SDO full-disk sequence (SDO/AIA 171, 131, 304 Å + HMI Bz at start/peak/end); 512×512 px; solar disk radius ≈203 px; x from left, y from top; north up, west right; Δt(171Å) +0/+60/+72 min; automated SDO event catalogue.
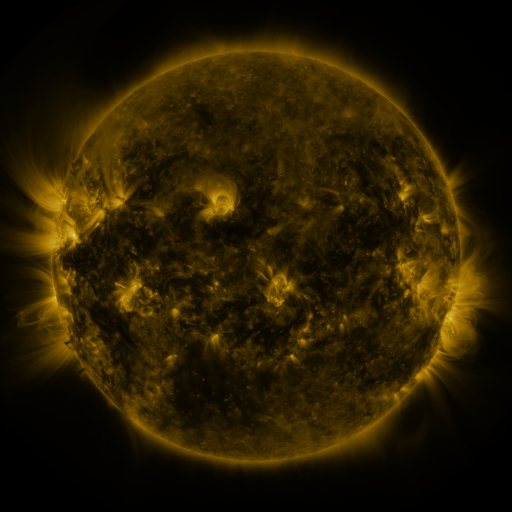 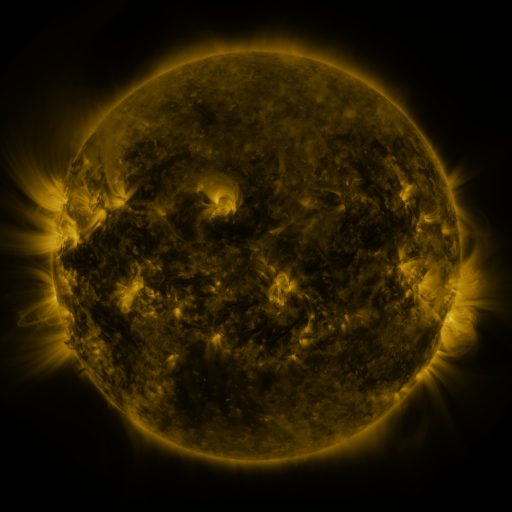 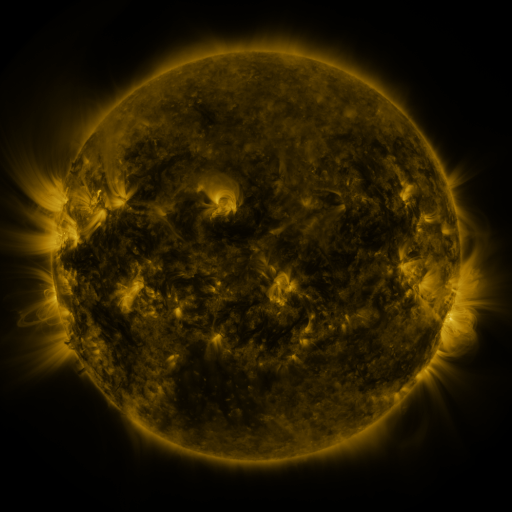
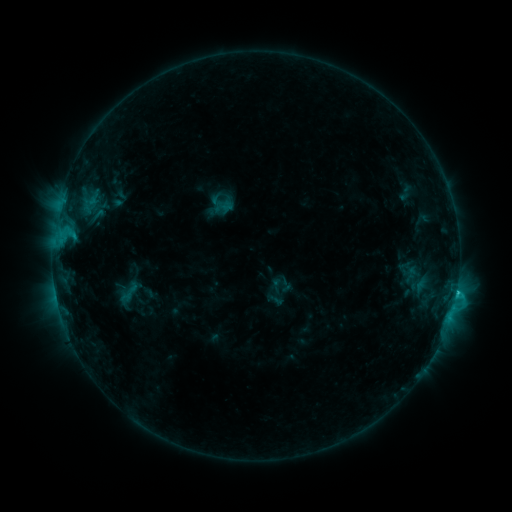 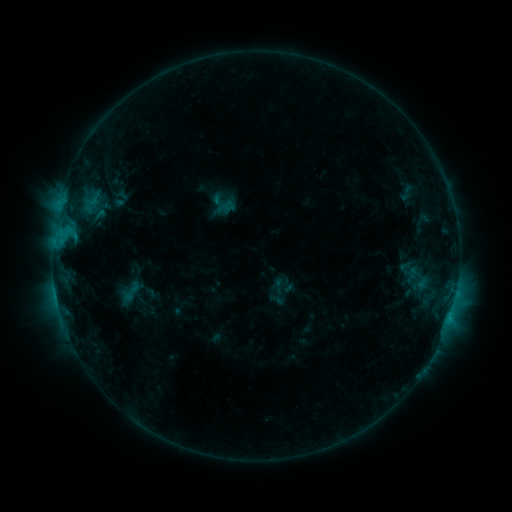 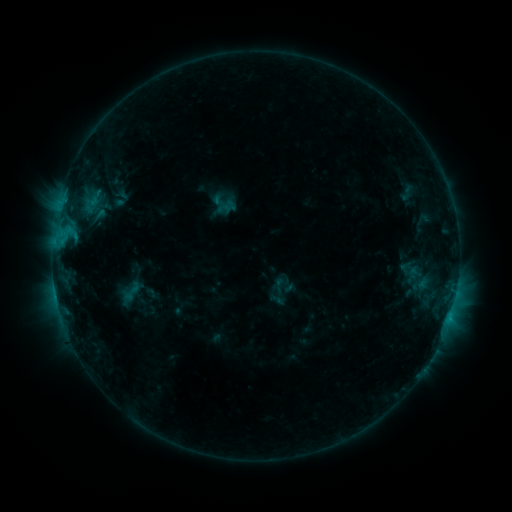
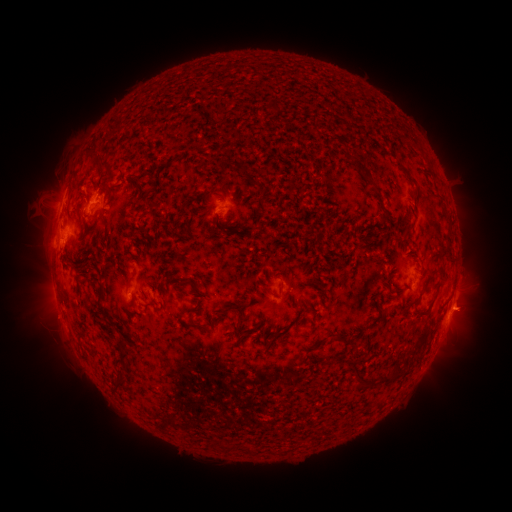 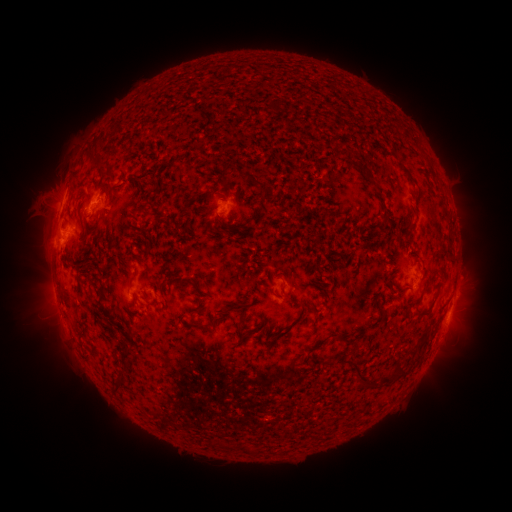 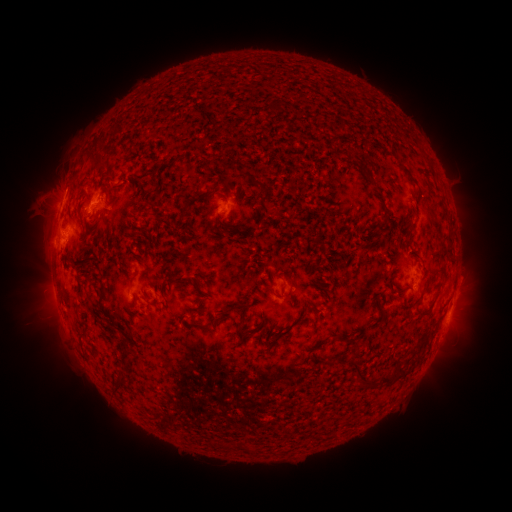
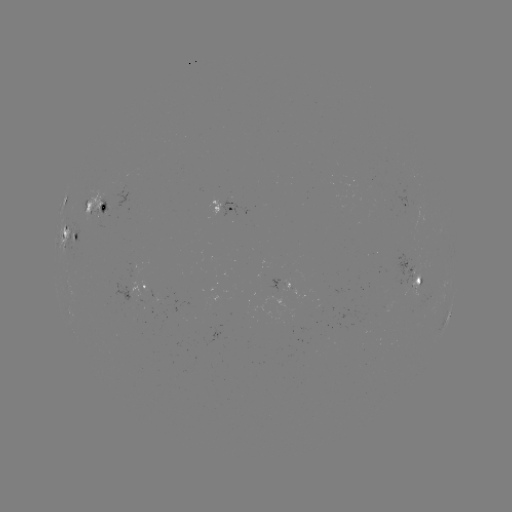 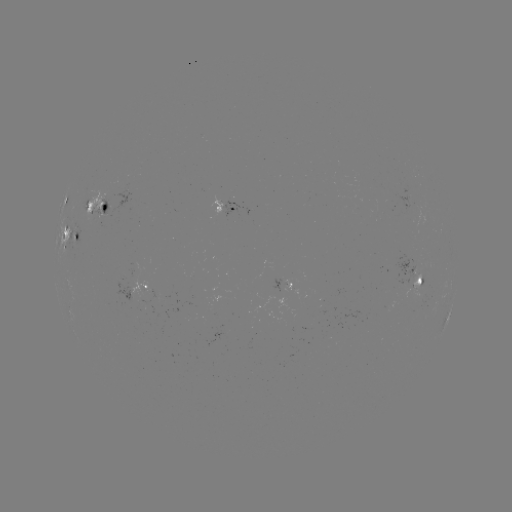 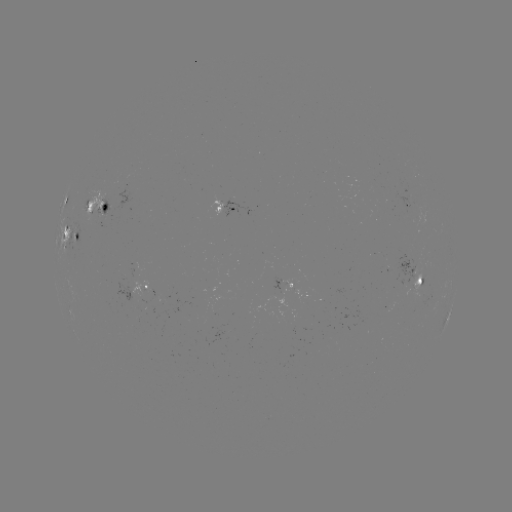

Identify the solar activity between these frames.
emerging-flux region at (291, 287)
